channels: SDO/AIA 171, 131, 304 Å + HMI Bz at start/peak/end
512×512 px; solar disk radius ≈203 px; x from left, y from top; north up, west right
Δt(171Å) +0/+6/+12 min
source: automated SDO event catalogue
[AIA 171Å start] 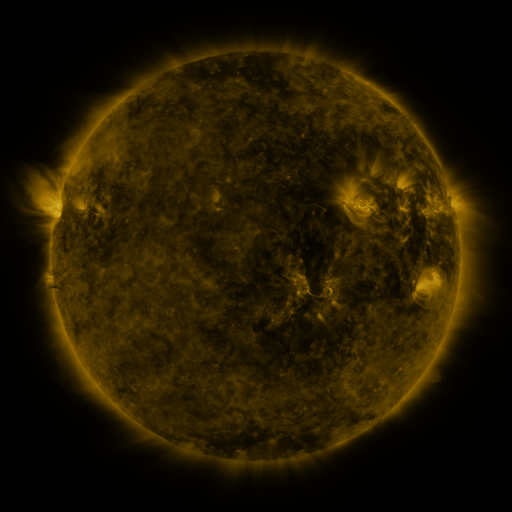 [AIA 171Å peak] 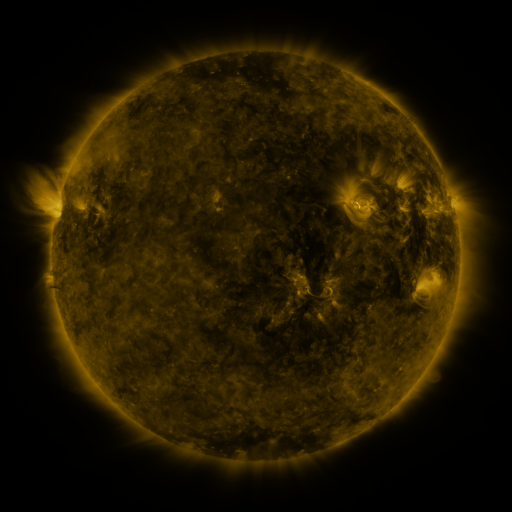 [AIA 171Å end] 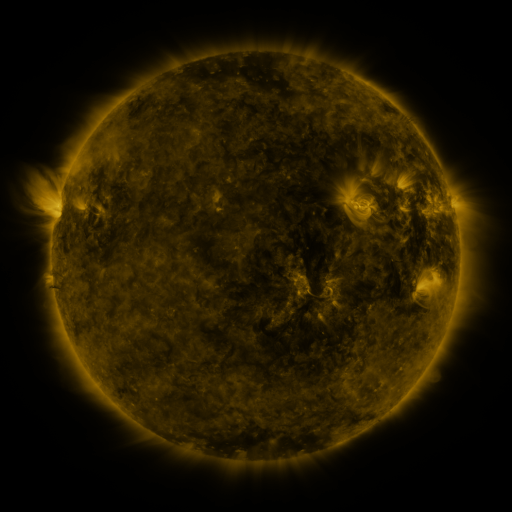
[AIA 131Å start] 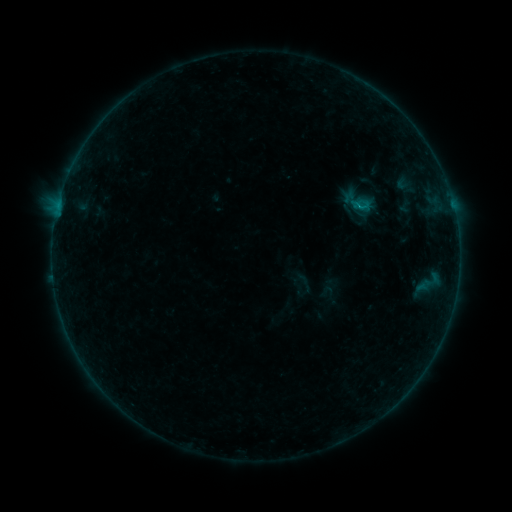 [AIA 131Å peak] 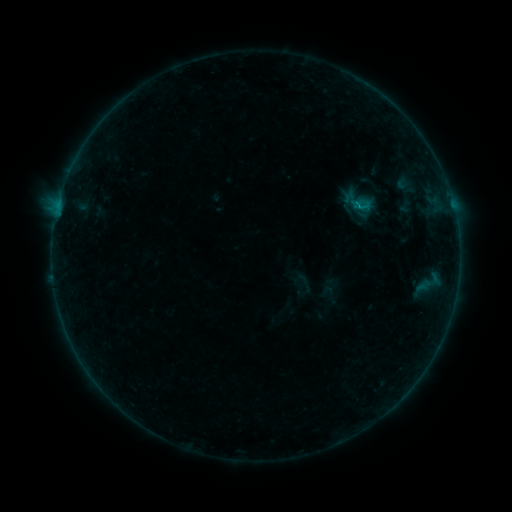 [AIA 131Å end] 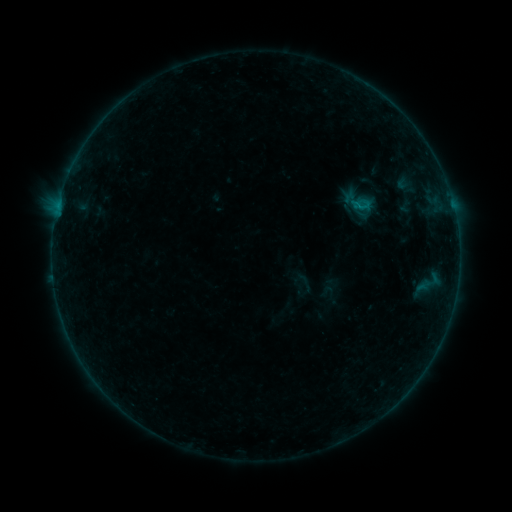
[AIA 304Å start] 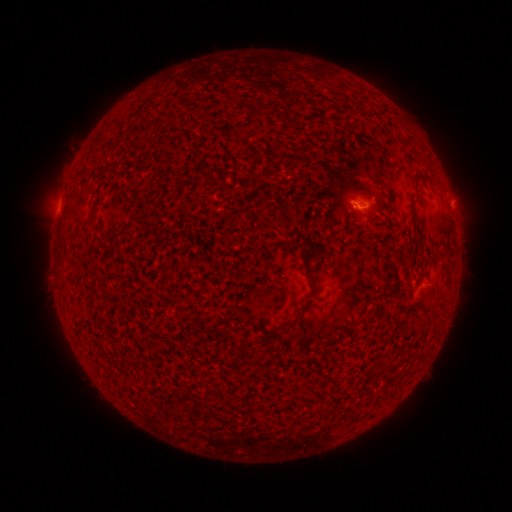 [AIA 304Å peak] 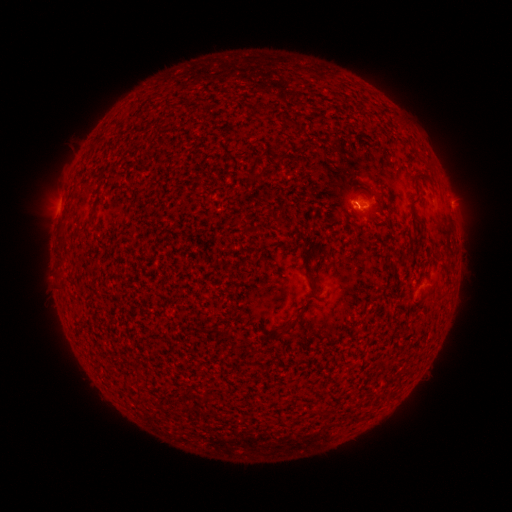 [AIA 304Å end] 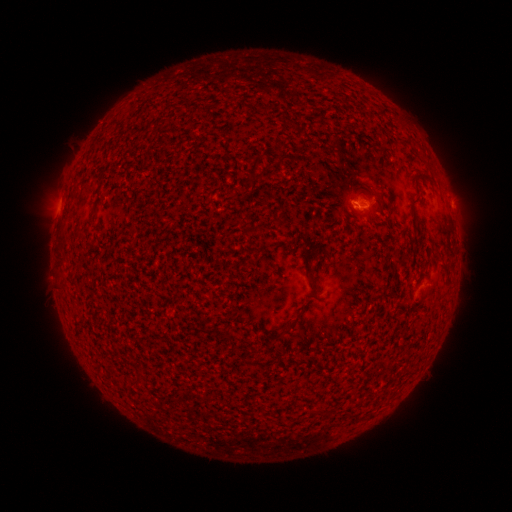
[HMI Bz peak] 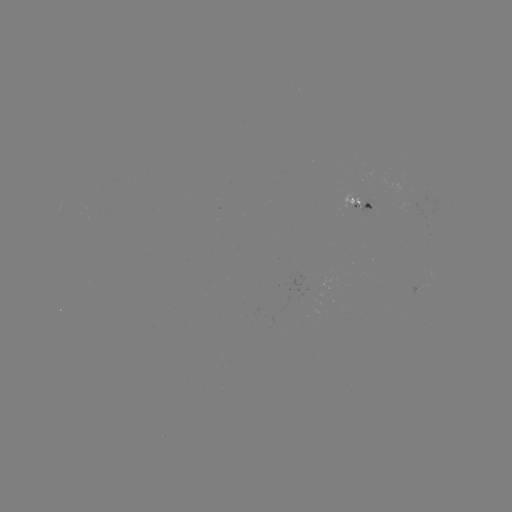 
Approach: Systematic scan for B1.8 flare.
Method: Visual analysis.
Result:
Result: B1.8 flare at [358, 209].